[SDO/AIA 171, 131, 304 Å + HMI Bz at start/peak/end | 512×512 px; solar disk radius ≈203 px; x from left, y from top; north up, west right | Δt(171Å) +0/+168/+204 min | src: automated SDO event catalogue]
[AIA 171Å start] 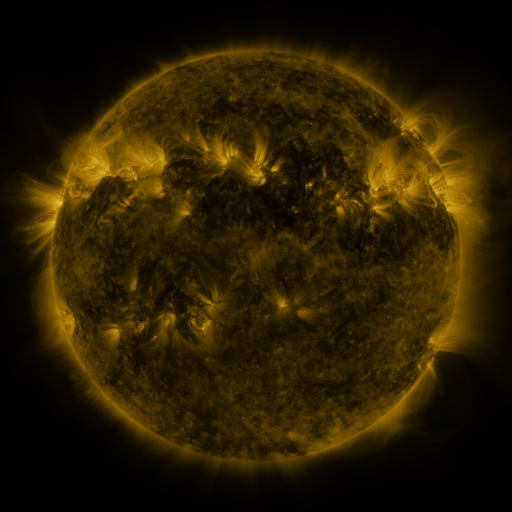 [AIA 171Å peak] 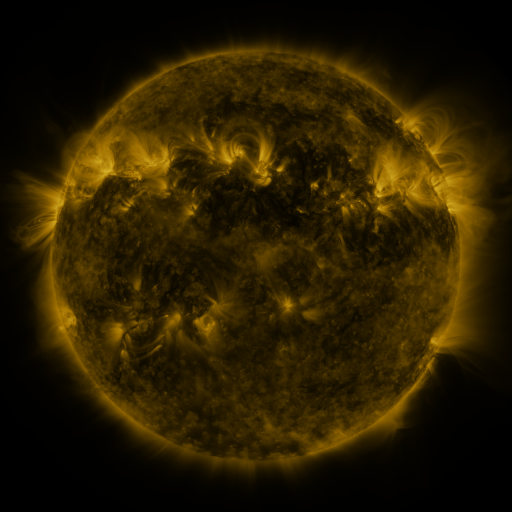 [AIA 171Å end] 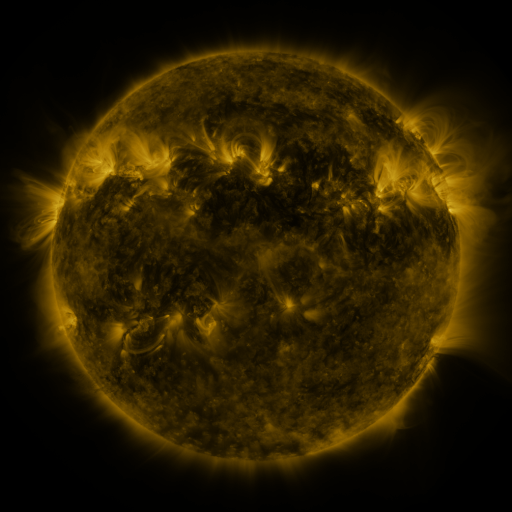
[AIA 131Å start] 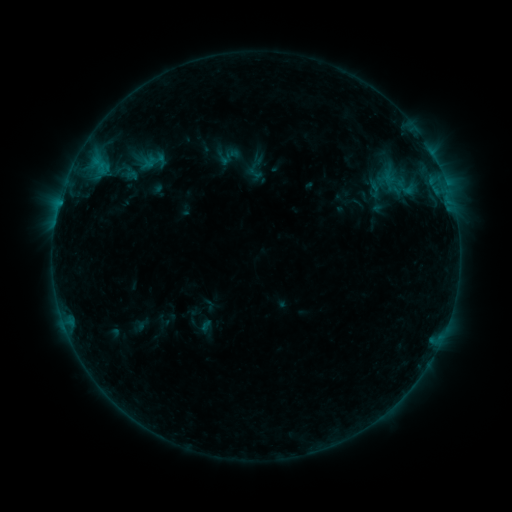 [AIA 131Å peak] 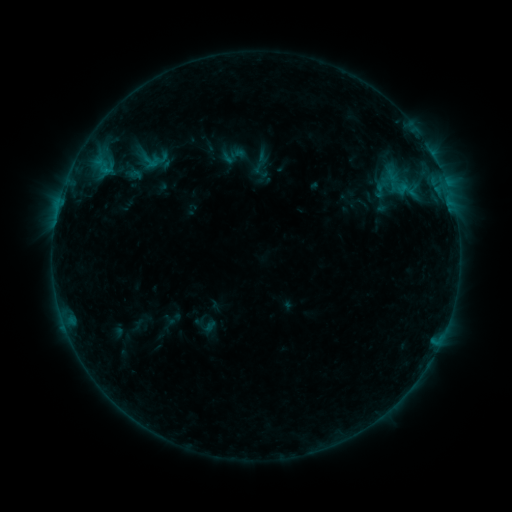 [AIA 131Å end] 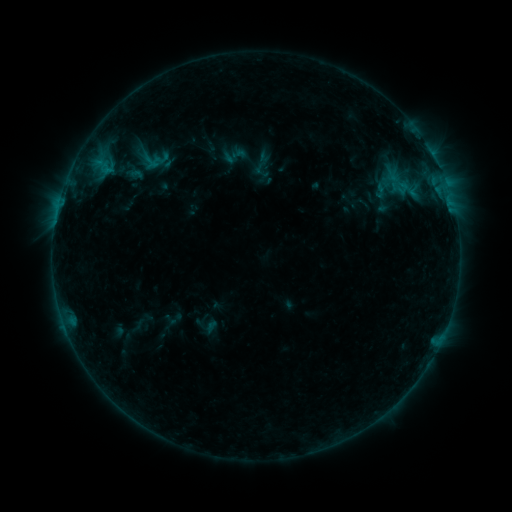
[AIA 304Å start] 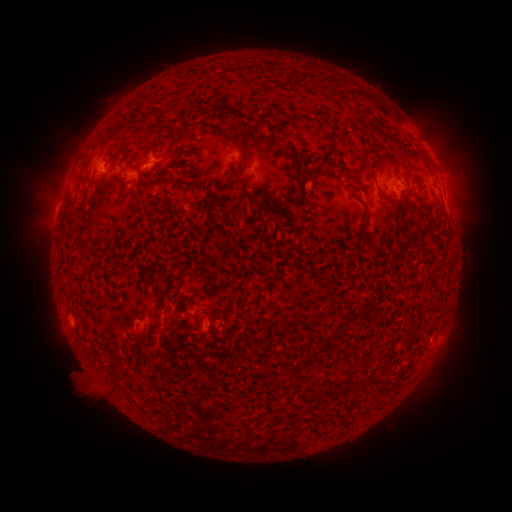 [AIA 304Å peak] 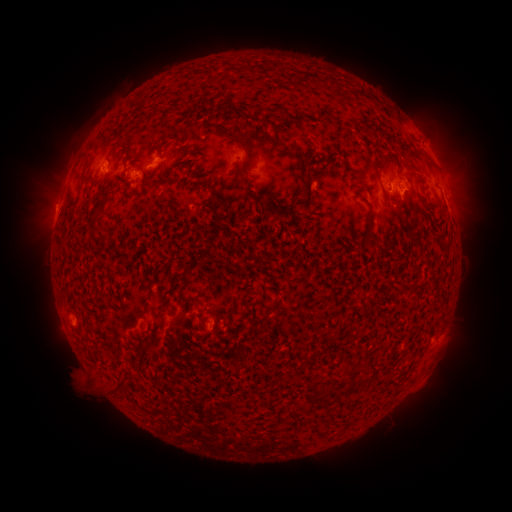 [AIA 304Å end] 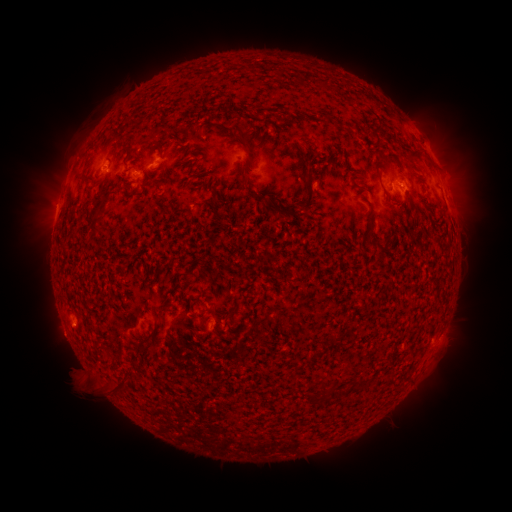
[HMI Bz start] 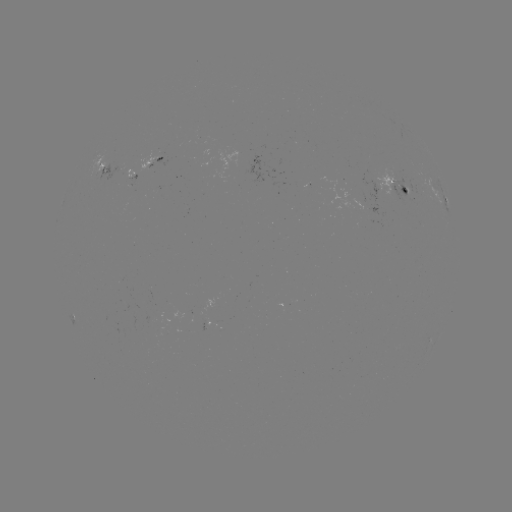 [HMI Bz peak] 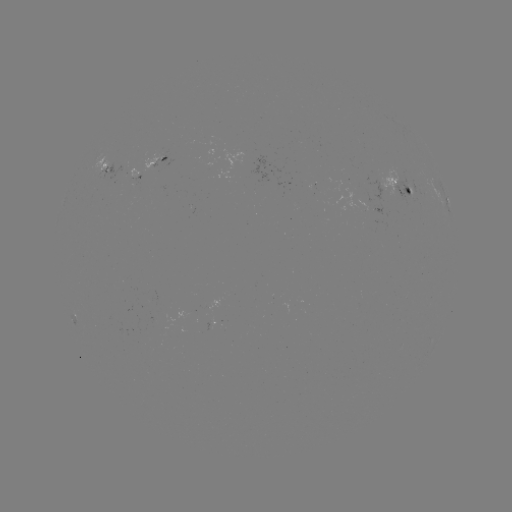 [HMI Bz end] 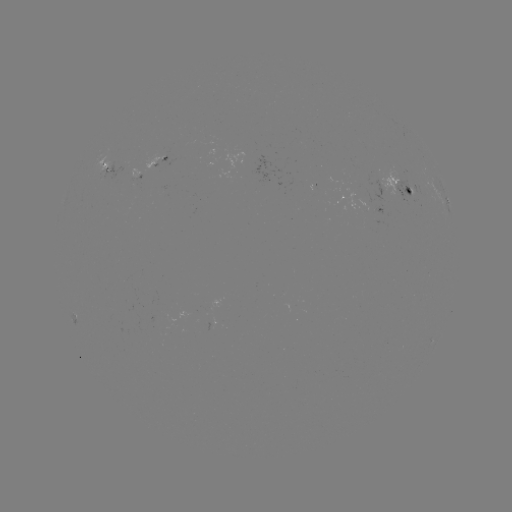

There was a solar emerging-flux region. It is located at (412, 191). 